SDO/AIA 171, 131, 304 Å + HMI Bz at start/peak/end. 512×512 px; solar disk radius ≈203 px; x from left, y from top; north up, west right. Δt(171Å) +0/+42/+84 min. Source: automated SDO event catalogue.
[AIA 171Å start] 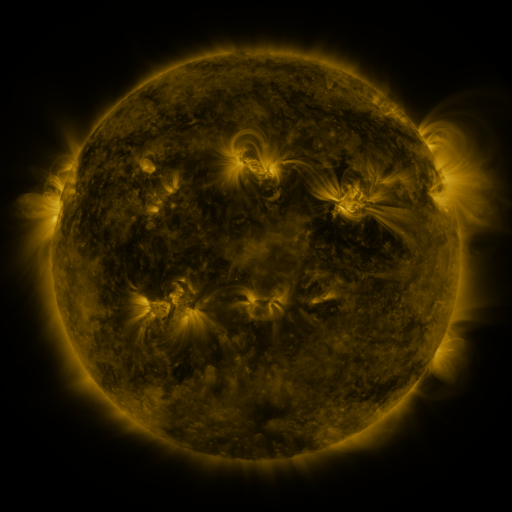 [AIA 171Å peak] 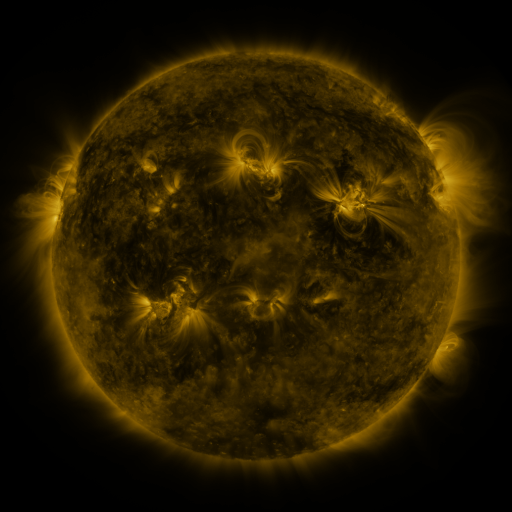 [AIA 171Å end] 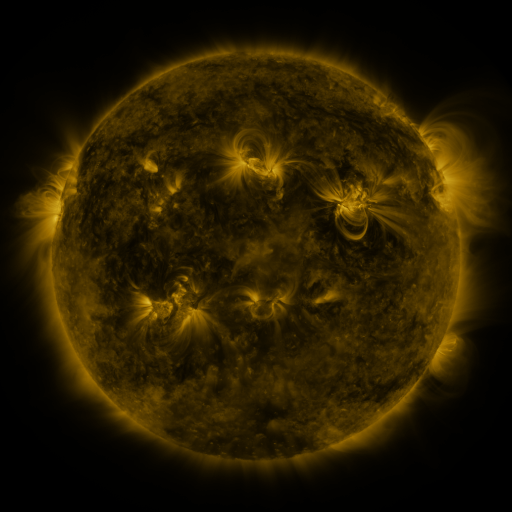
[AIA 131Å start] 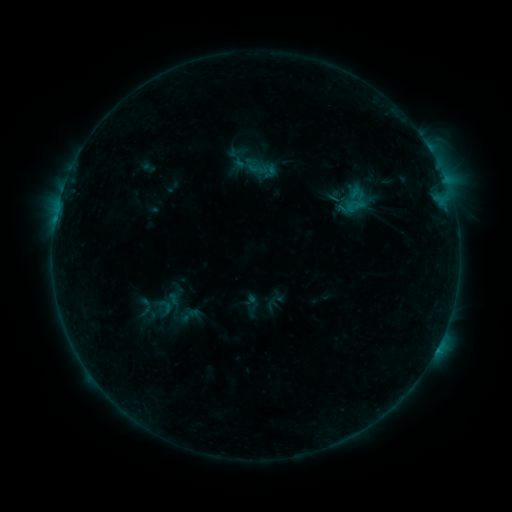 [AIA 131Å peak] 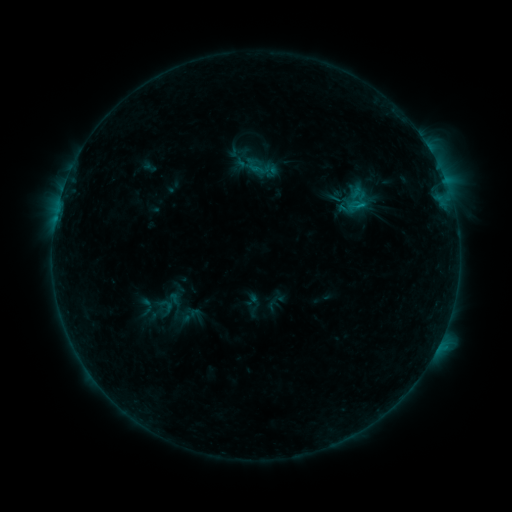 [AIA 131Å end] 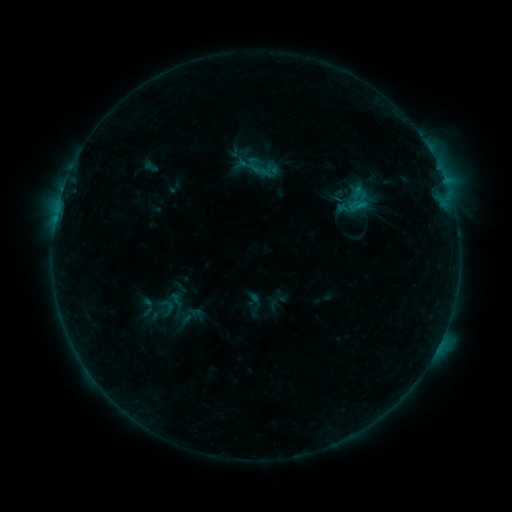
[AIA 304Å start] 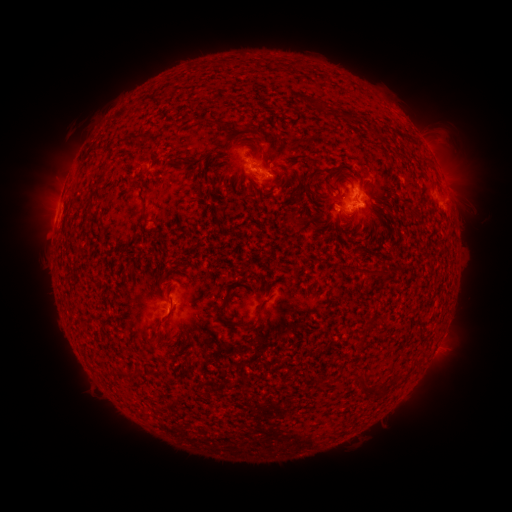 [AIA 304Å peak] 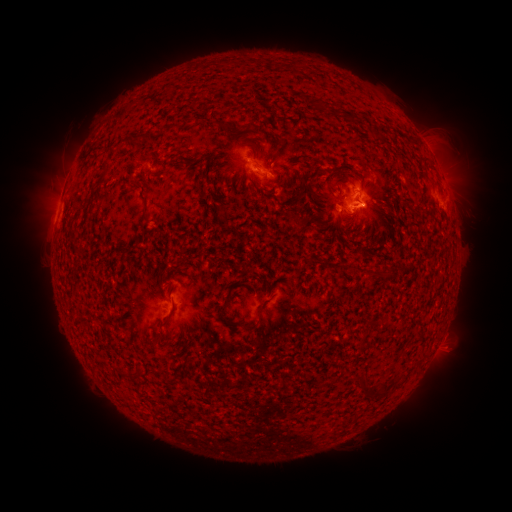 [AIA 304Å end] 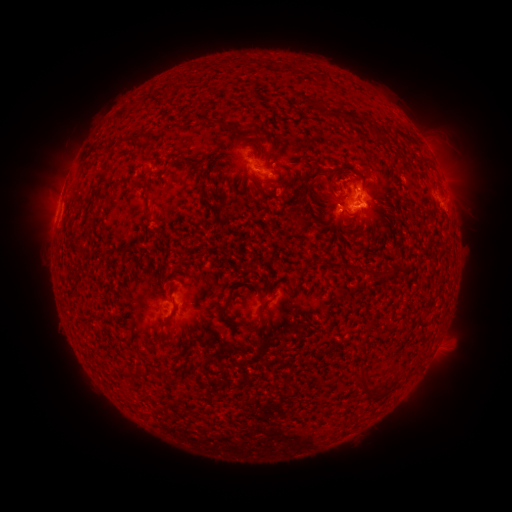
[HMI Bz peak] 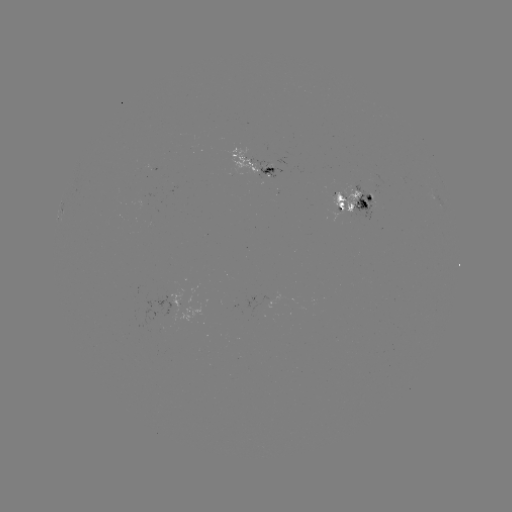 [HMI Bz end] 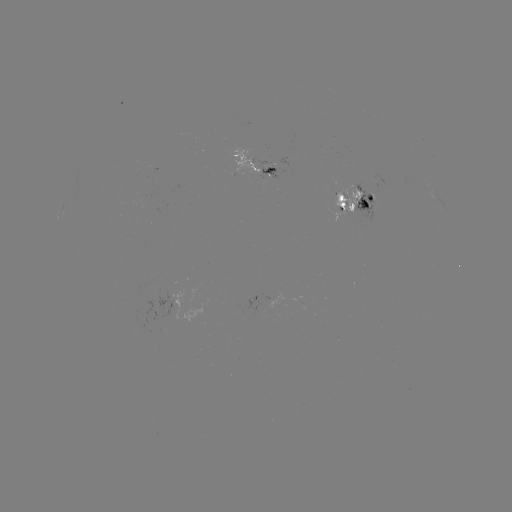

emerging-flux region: (349, 182, 375, 221)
